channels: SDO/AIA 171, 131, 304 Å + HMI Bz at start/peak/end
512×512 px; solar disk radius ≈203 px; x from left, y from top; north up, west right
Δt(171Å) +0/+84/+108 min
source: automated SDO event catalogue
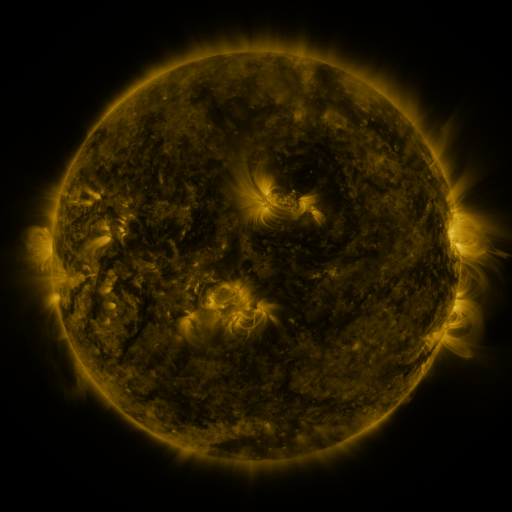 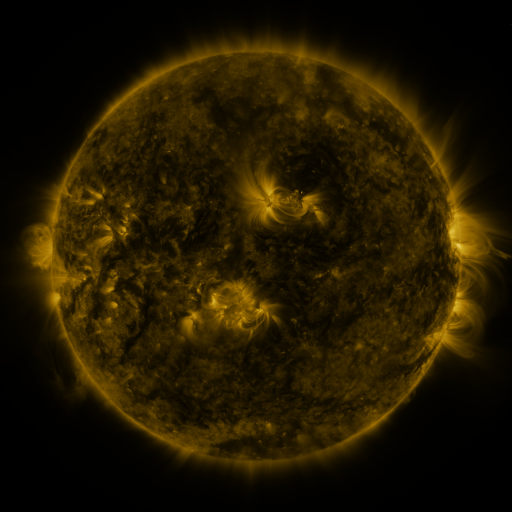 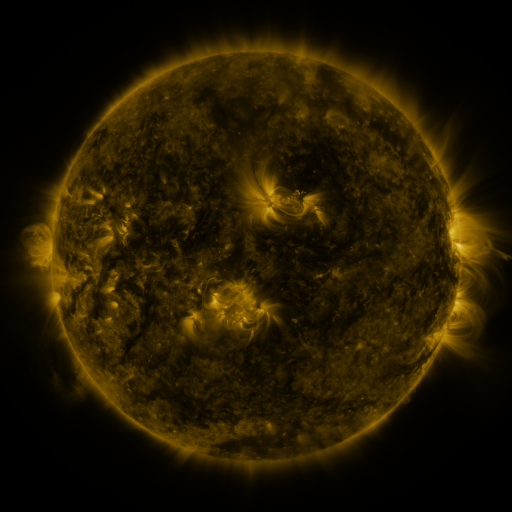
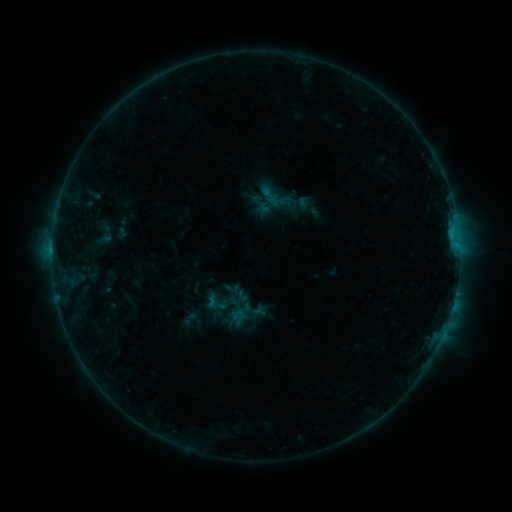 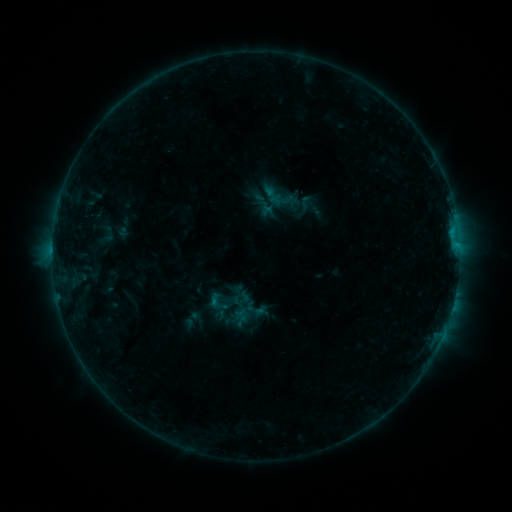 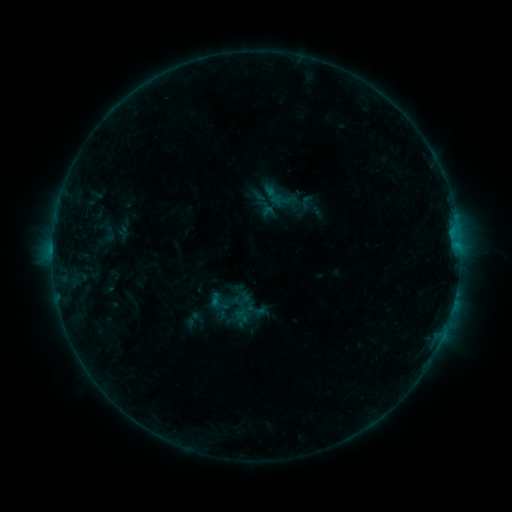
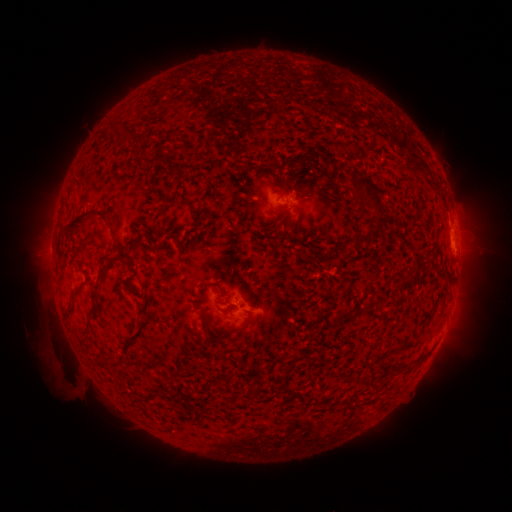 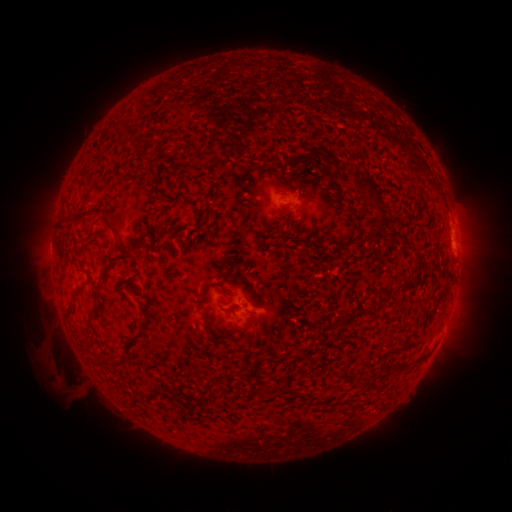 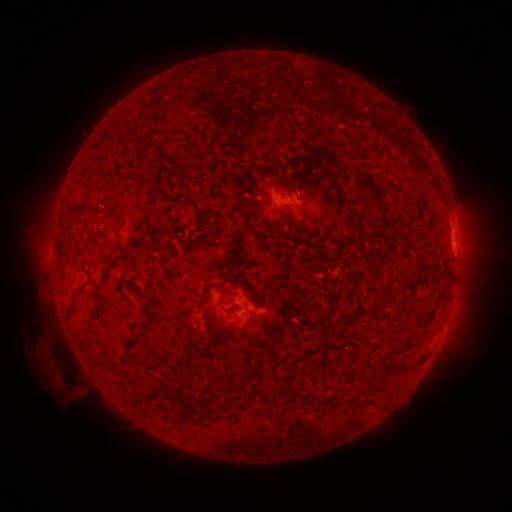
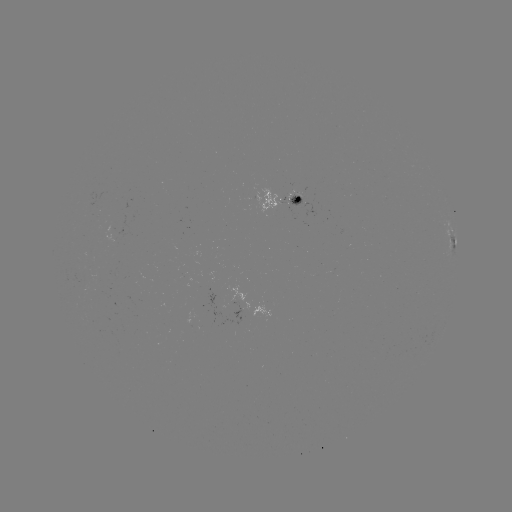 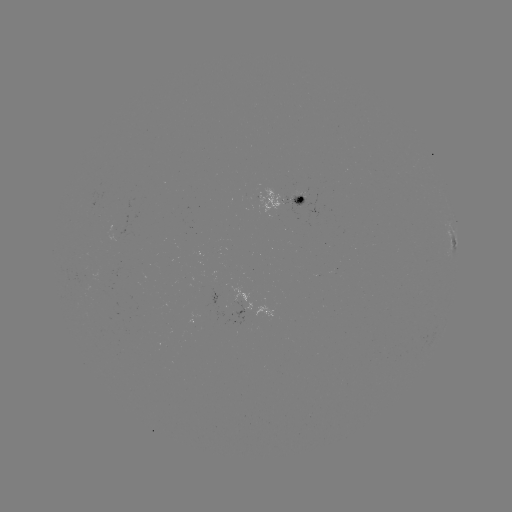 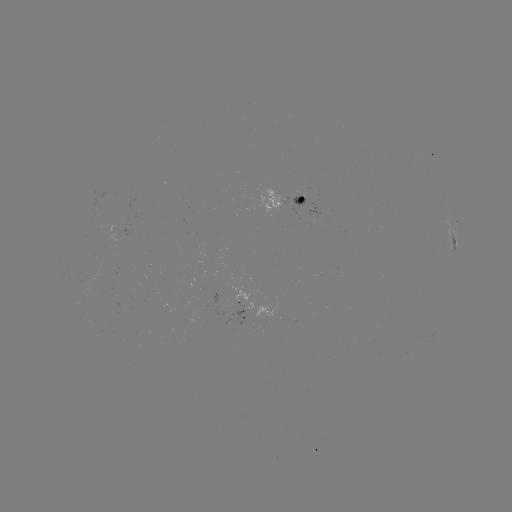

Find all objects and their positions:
emerging-flux region: (294, 203)
